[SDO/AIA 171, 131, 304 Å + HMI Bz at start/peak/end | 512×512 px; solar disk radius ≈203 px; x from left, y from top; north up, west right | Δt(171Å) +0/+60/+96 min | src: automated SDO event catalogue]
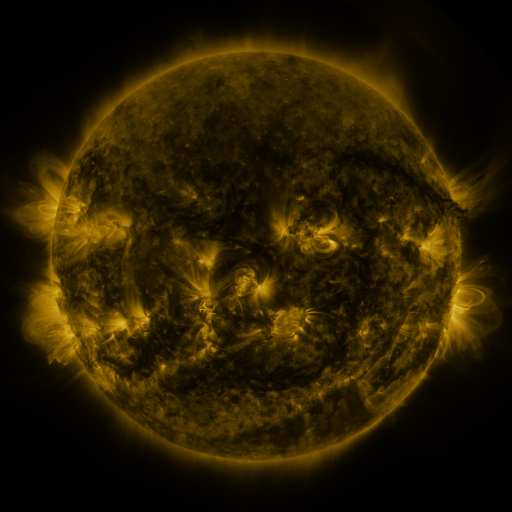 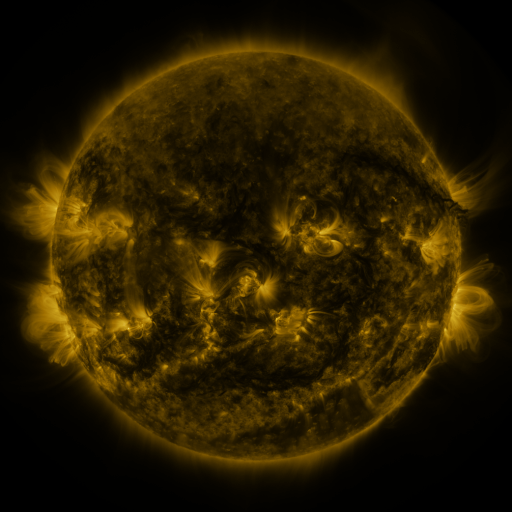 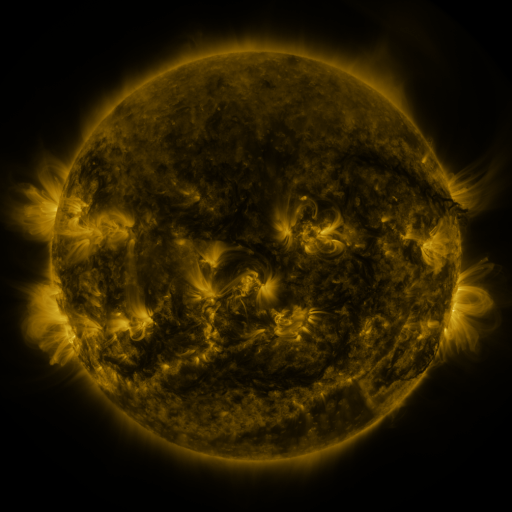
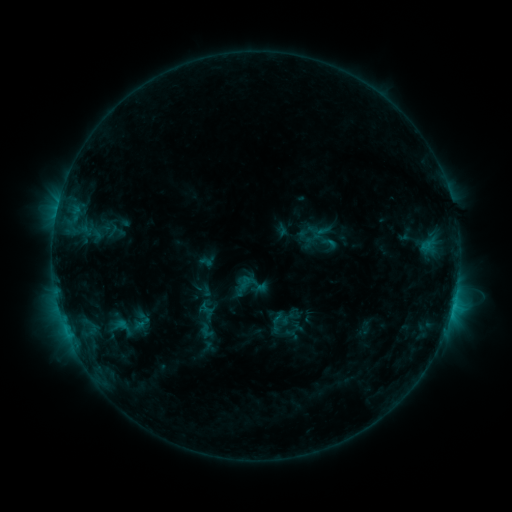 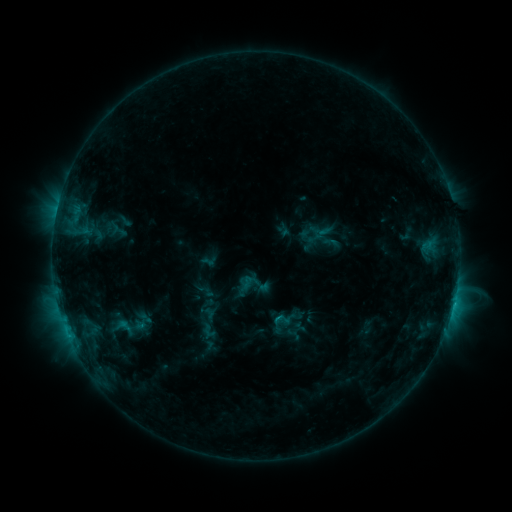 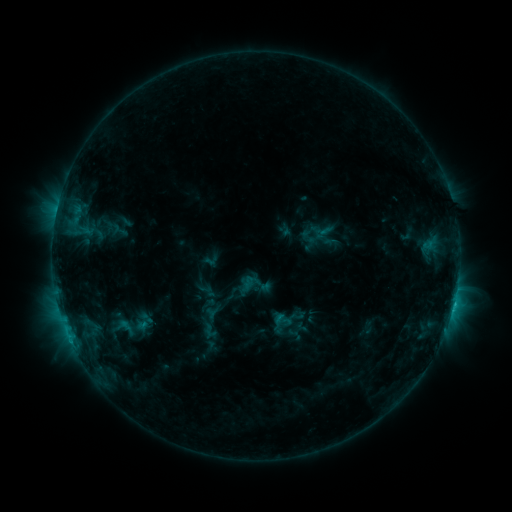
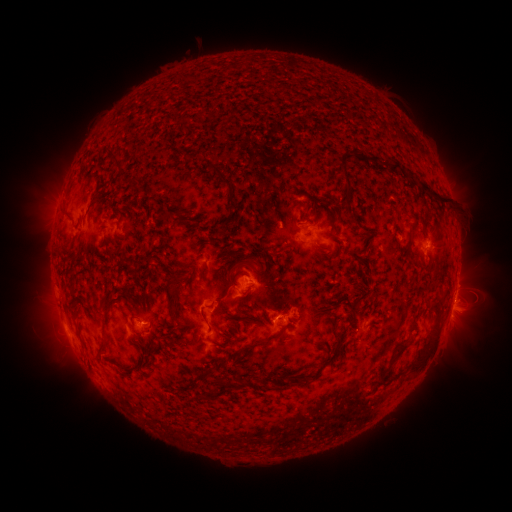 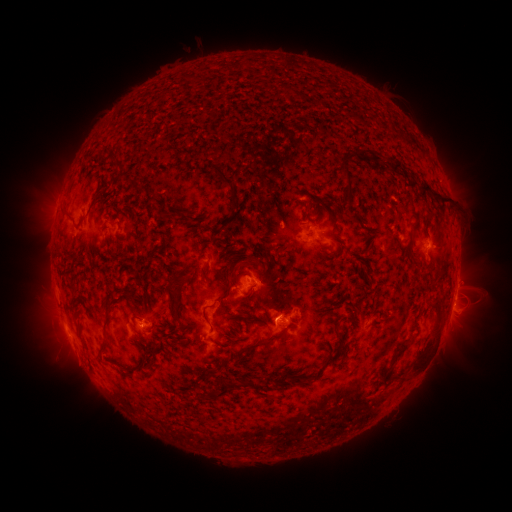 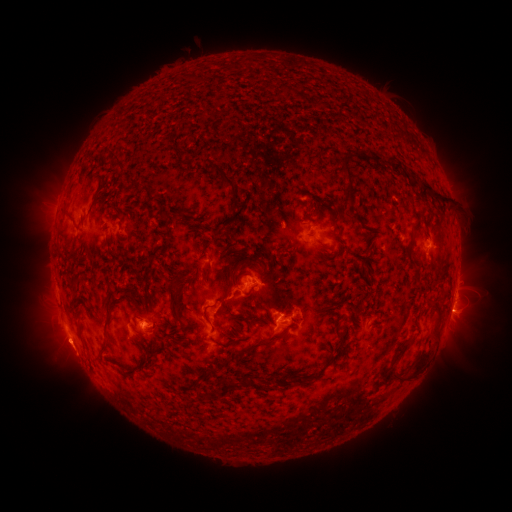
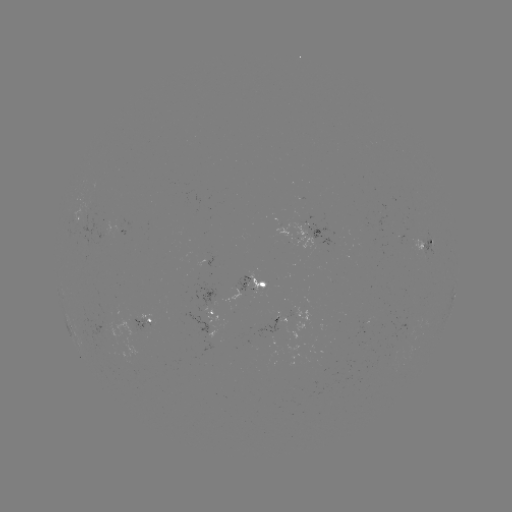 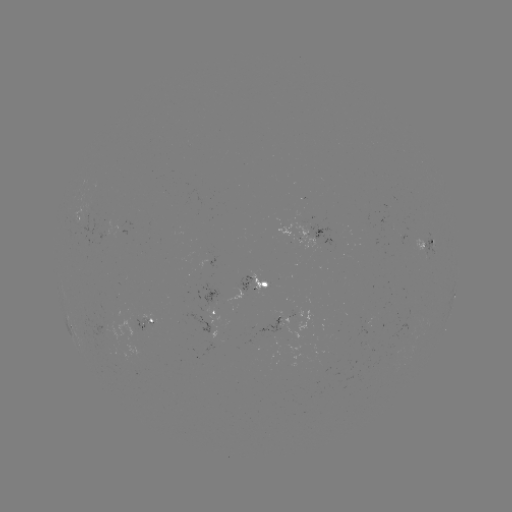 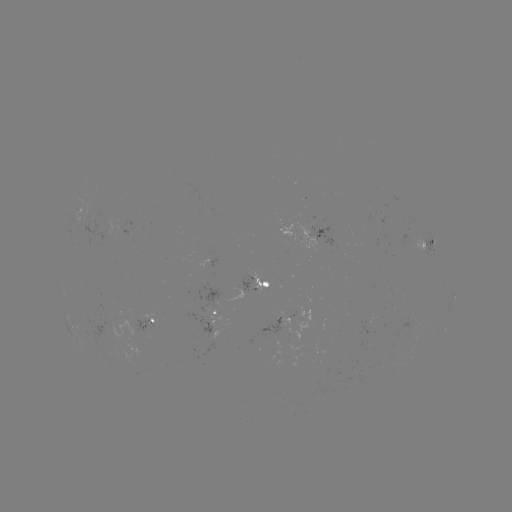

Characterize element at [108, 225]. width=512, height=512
emerging-flux region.